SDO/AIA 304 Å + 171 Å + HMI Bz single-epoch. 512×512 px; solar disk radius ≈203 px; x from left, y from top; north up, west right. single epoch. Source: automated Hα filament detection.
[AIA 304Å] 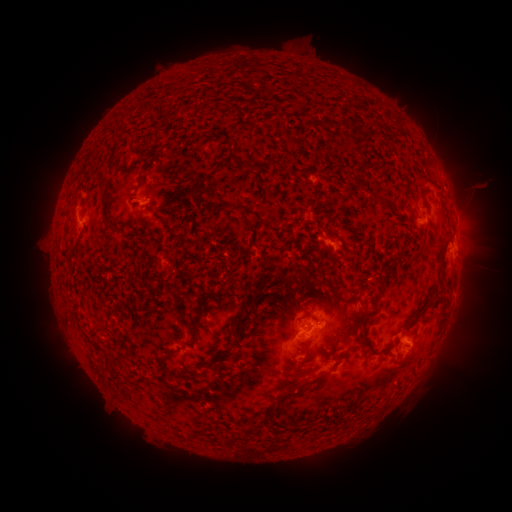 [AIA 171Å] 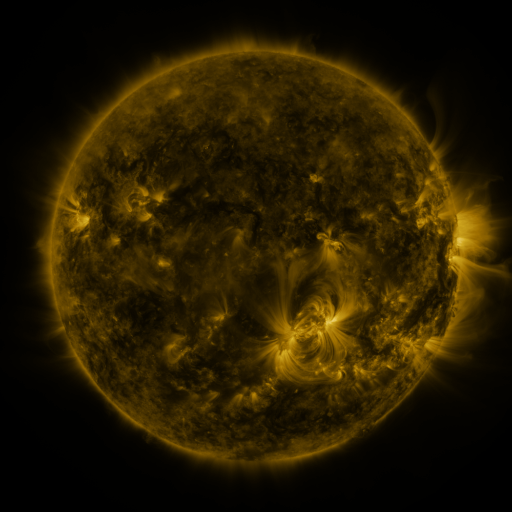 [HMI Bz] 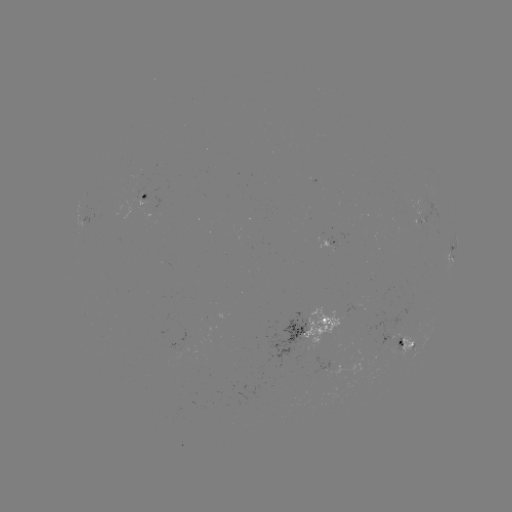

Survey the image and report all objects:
filament: (325, 123)
filament: (234, 158)
filament: (145, 163)
filament: (265, 165)
filament: (141, 179)
filament: (238, 206)
filament: (105, 214)
filament: (171, 228)
filament: (75, 248)
filament: (440, 262)
filament: (255, 297)
filament: (332, 298)
filament: (430, 304)
filament: (307, 305)
filament: (194, 324)
filament: (242, 324)
filament: (307, 345)
filament: (367, 345)
filament: (225, 353)
filament: (116, 357)
filament: (100, 371)
filament: (171, 372)
filament: (309, 381)
